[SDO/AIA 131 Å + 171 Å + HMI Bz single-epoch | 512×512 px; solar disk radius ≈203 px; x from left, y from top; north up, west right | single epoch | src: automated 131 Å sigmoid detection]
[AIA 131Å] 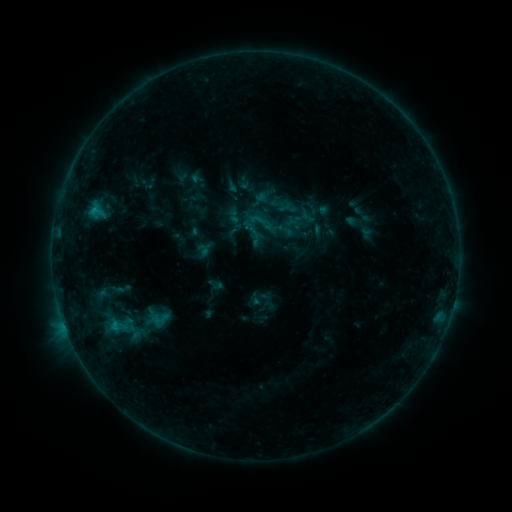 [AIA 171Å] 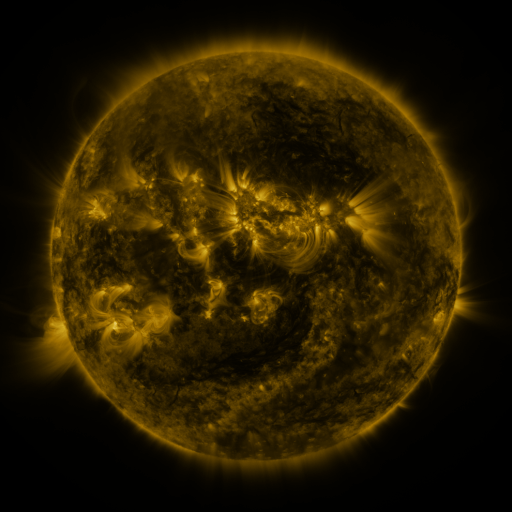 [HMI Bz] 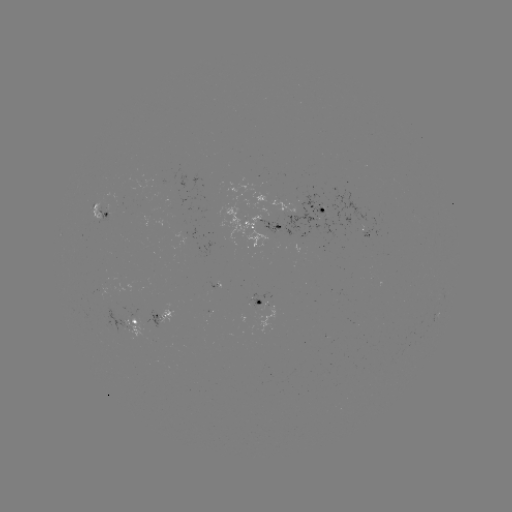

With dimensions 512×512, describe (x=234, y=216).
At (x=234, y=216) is sigmoid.